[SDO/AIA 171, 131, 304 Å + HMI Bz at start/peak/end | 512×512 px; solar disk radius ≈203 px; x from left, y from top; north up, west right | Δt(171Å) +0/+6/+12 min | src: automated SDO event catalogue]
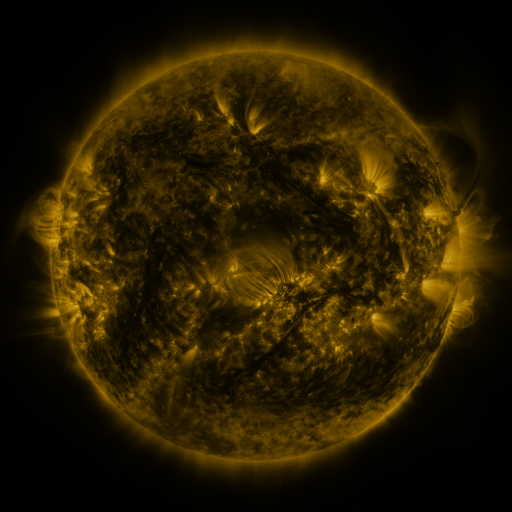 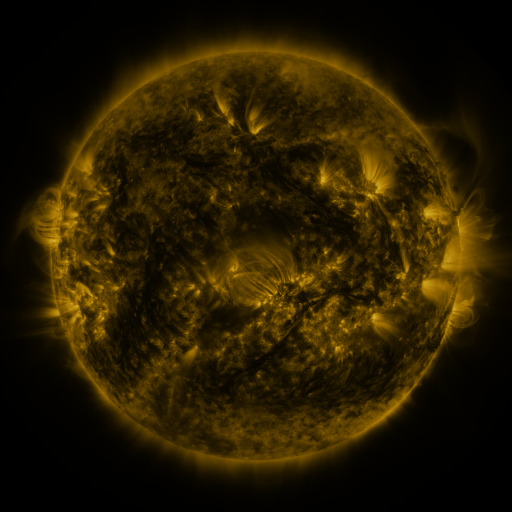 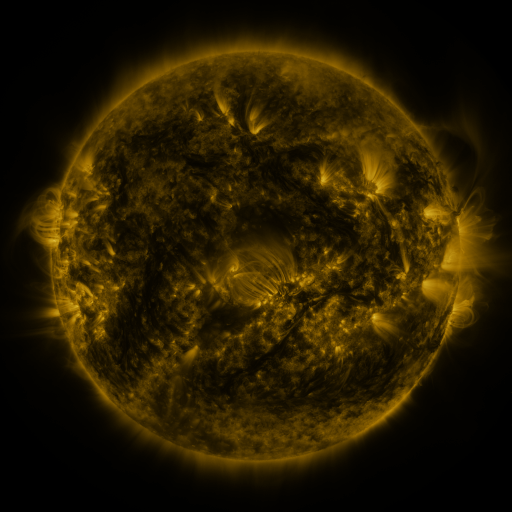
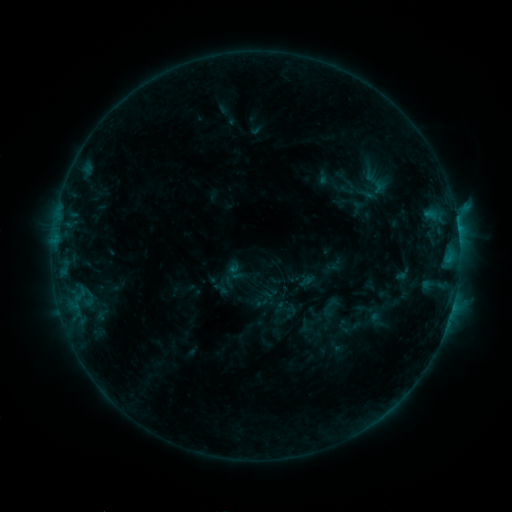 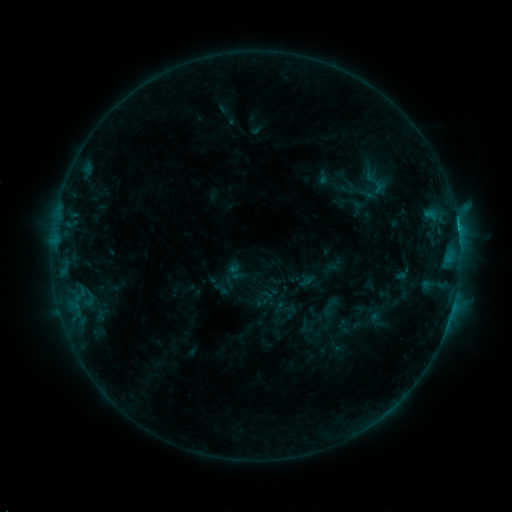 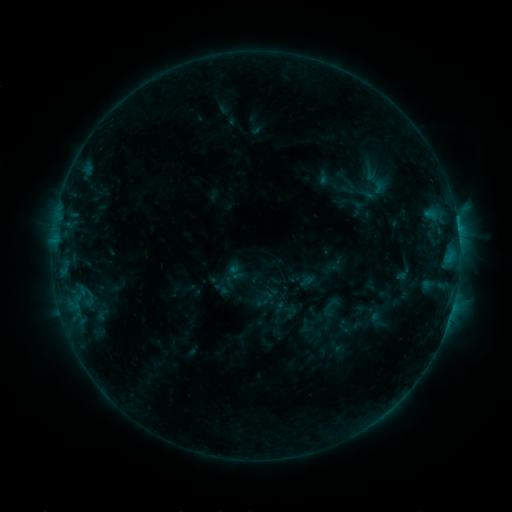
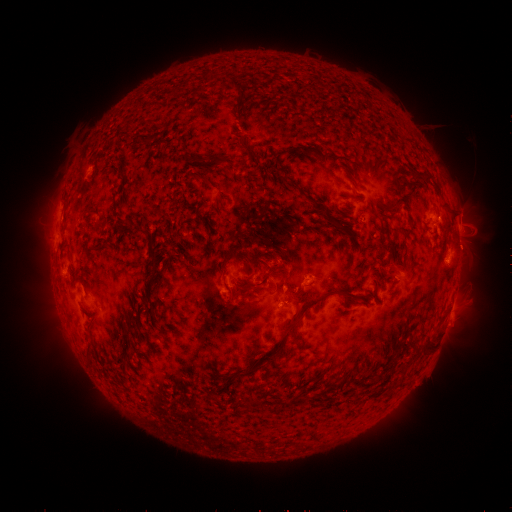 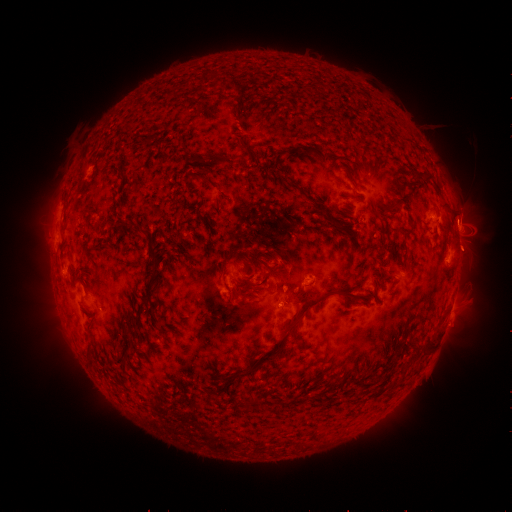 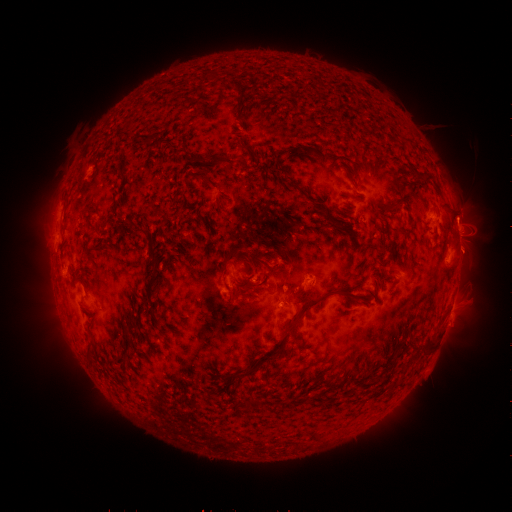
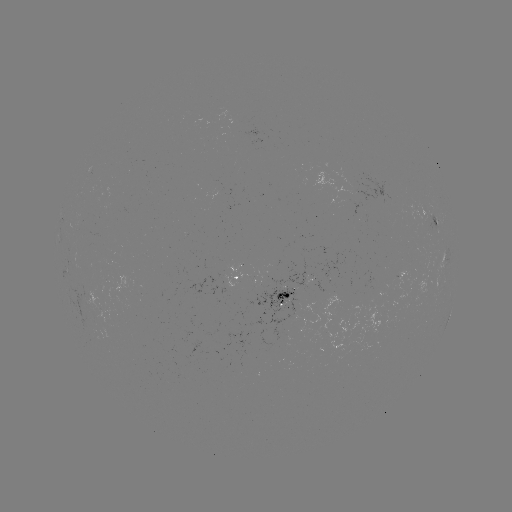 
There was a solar flare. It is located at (457, 227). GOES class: C1.8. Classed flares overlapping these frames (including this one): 1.